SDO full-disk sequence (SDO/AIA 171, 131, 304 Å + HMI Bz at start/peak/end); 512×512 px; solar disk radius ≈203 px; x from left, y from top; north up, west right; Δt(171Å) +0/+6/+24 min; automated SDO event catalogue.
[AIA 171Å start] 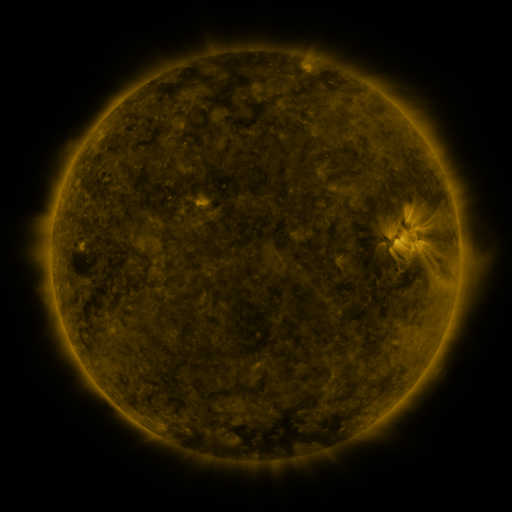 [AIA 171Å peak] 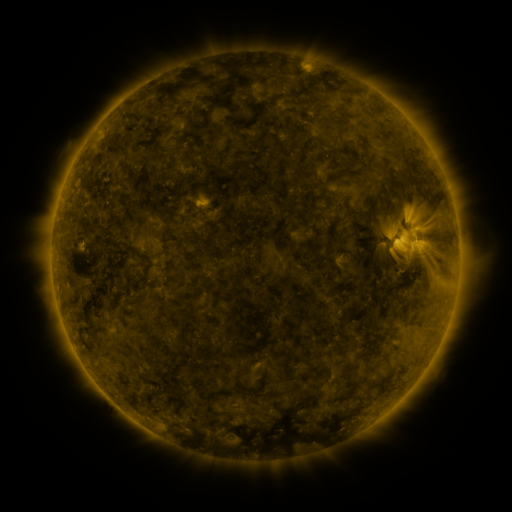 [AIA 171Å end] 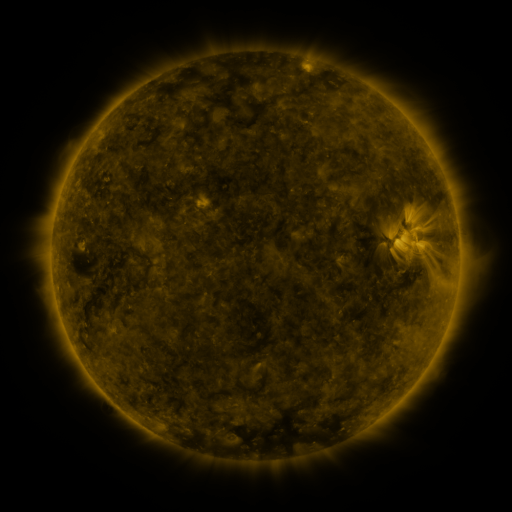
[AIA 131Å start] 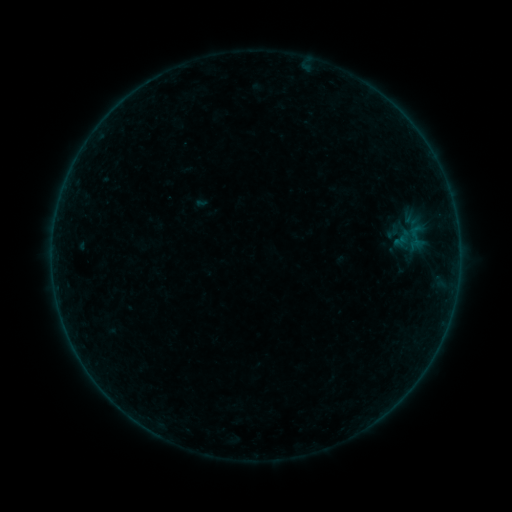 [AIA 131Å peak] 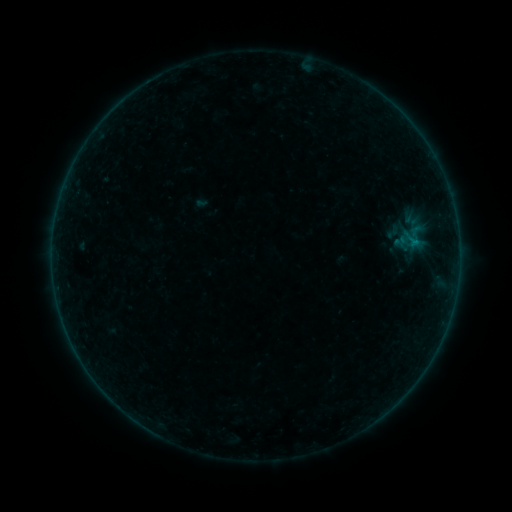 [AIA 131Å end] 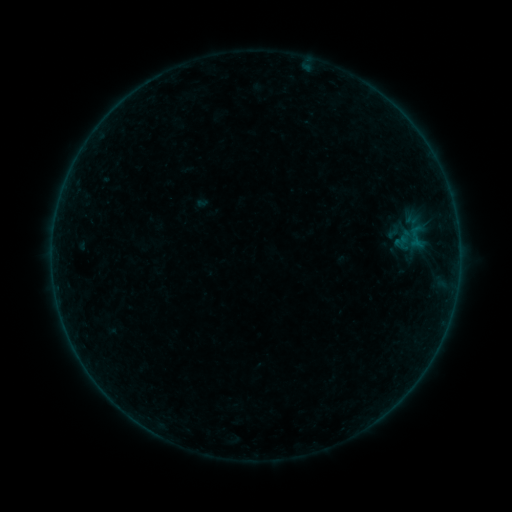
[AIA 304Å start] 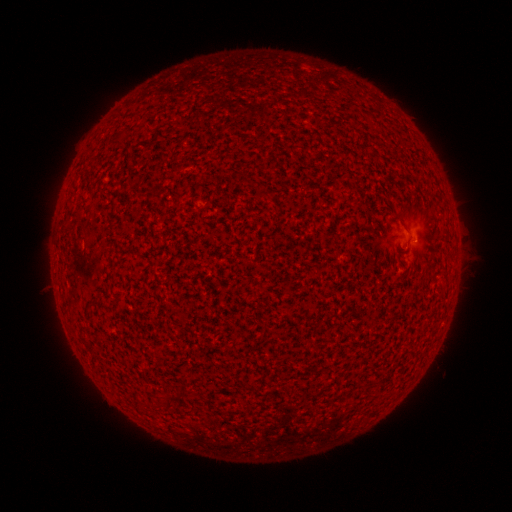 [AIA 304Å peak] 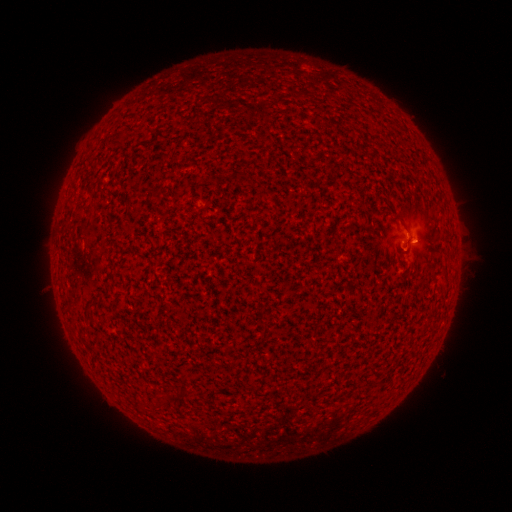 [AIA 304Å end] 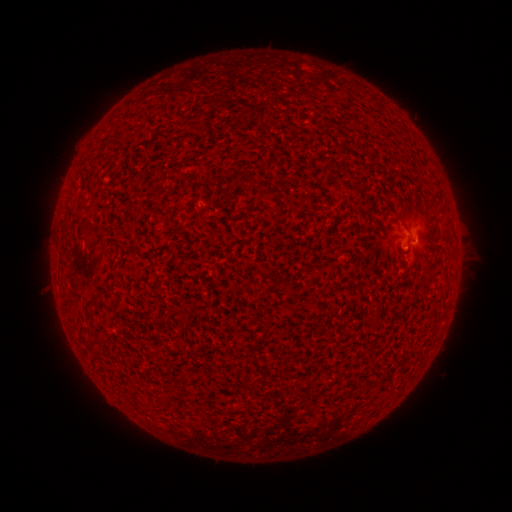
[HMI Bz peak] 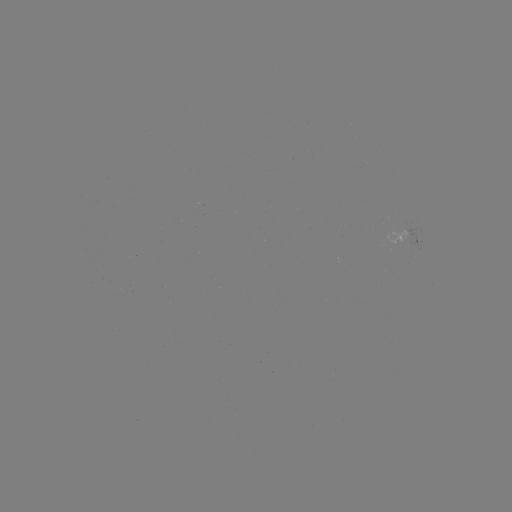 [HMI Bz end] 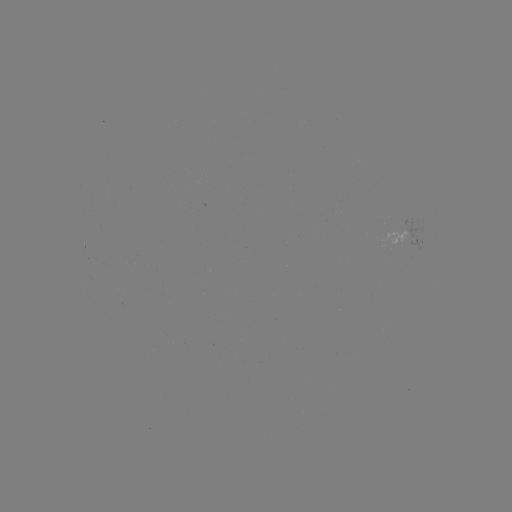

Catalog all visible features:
B1.5 flare: (412, 242)
